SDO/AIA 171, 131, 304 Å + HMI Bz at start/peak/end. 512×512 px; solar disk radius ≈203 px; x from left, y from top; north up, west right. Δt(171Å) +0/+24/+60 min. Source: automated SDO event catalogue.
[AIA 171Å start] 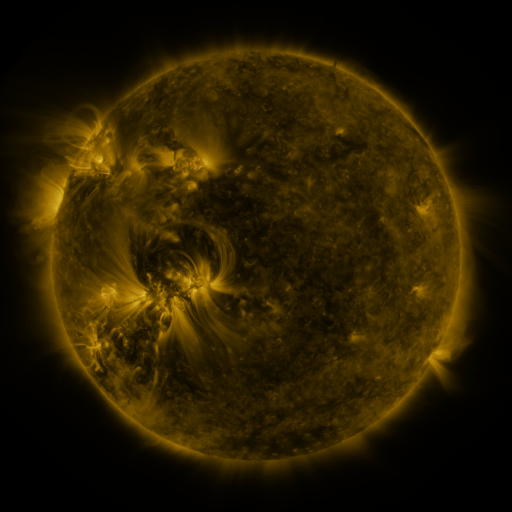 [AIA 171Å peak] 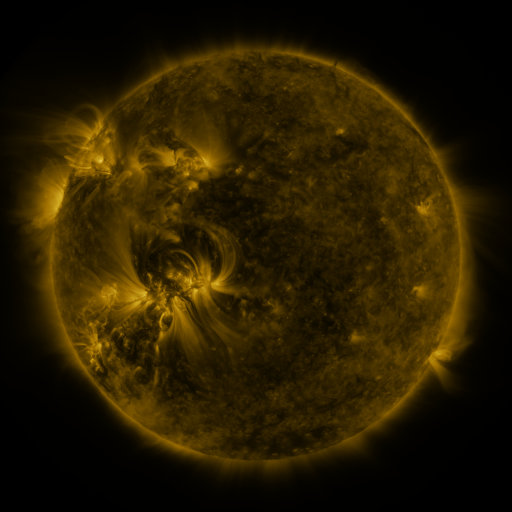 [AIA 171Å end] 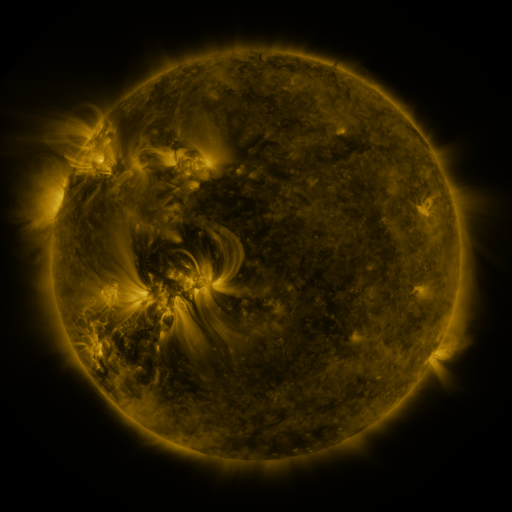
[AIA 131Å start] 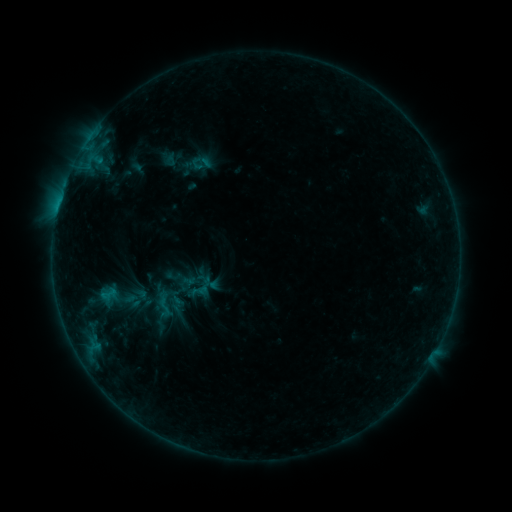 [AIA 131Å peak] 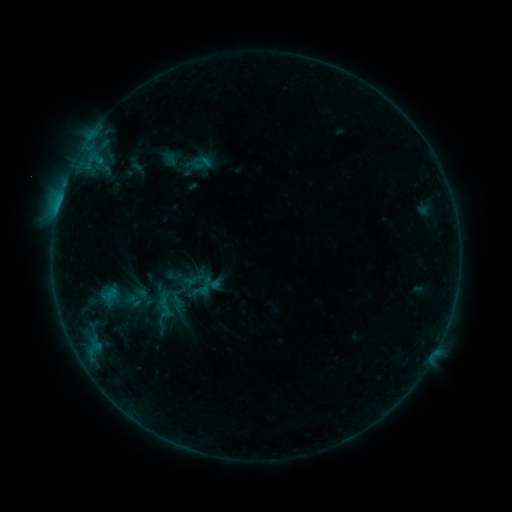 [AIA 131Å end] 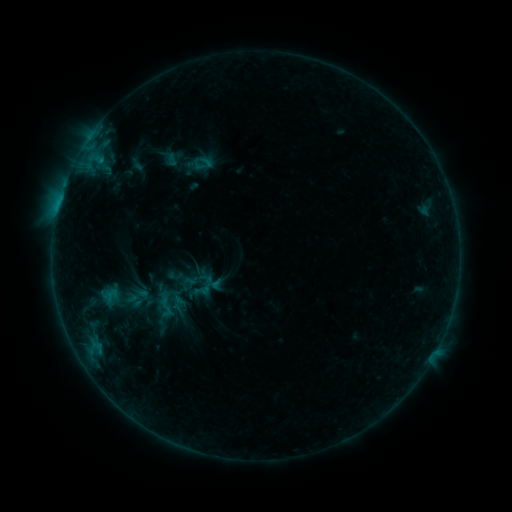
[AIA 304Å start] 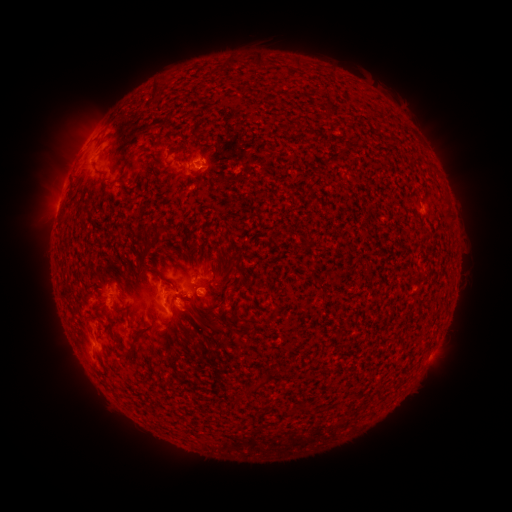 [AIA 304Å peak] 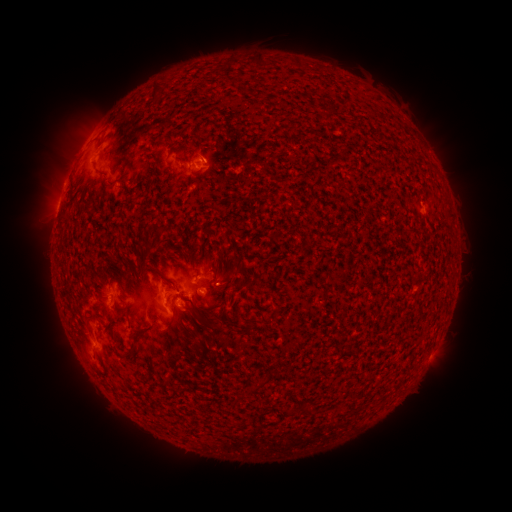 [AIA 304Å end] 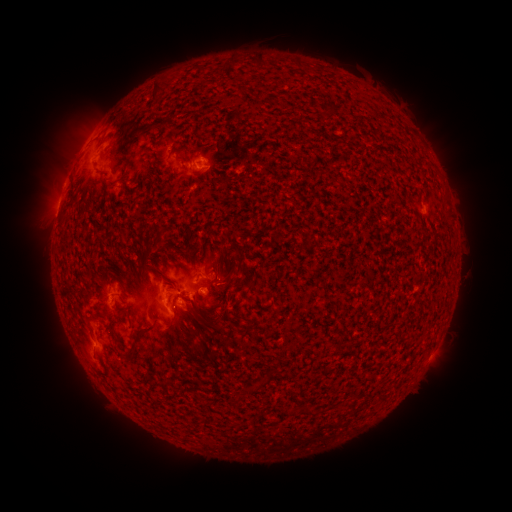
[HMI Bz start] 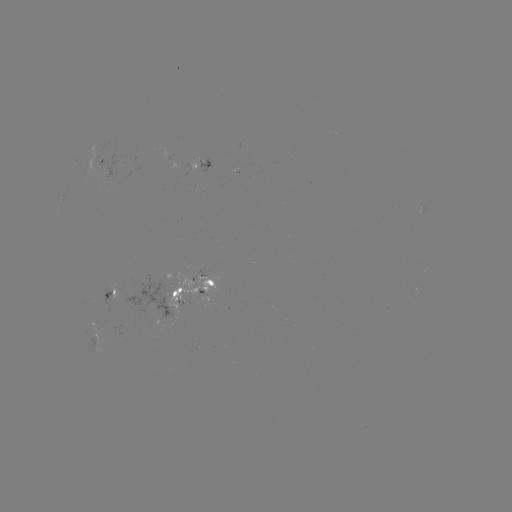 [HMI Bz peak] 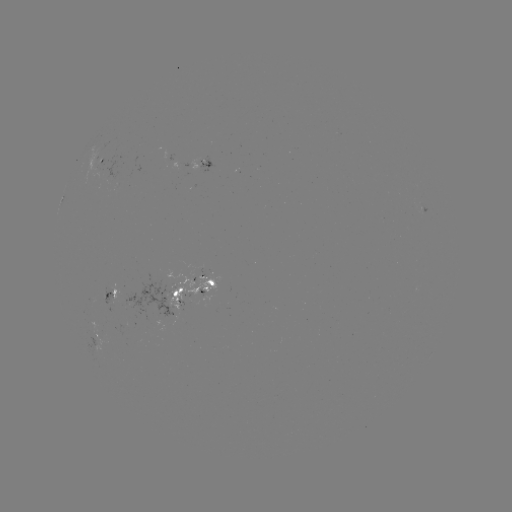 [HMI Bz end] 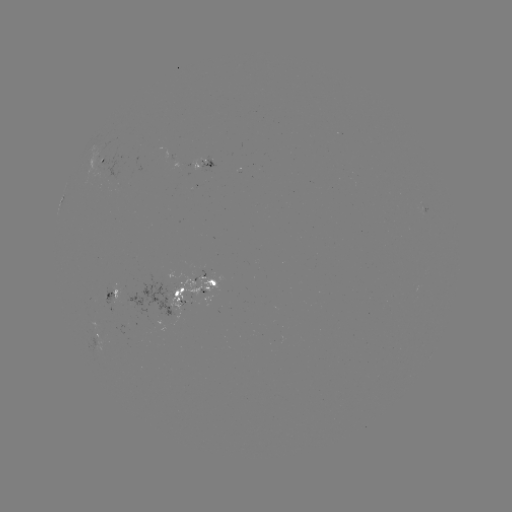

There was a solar emerging-flux region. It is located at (202, 162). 